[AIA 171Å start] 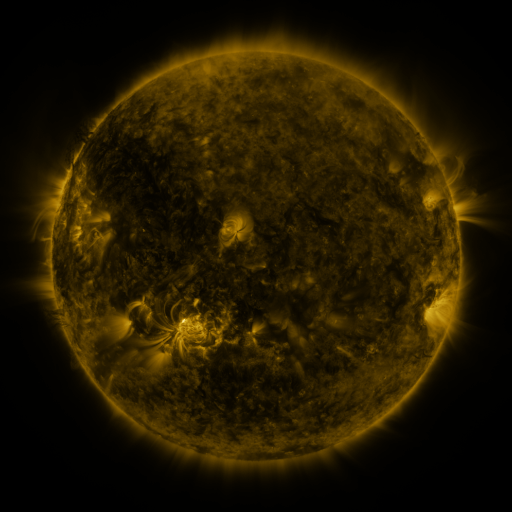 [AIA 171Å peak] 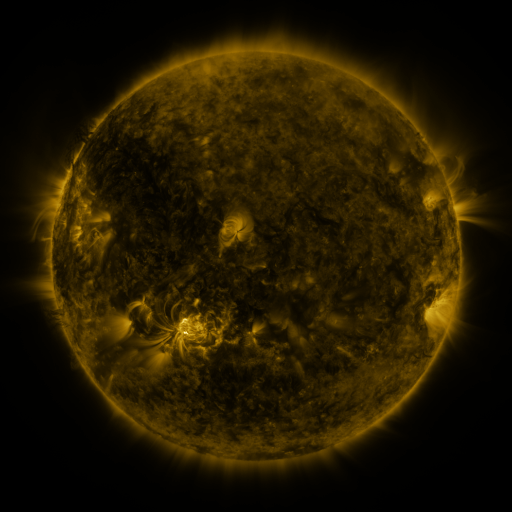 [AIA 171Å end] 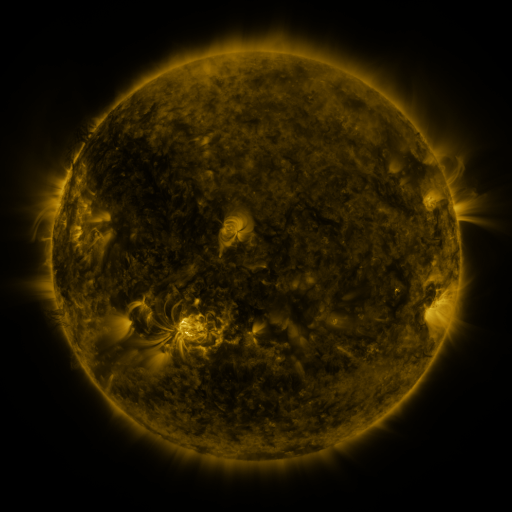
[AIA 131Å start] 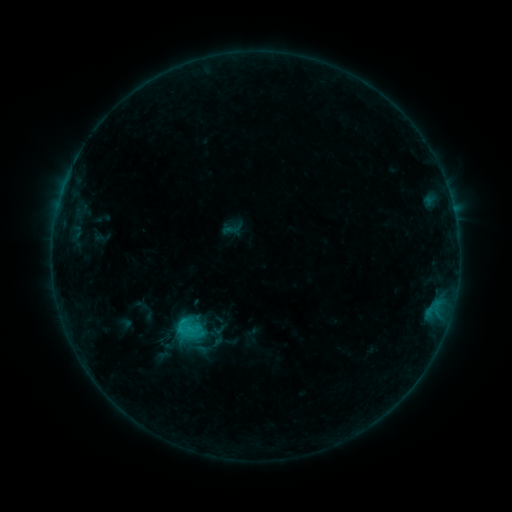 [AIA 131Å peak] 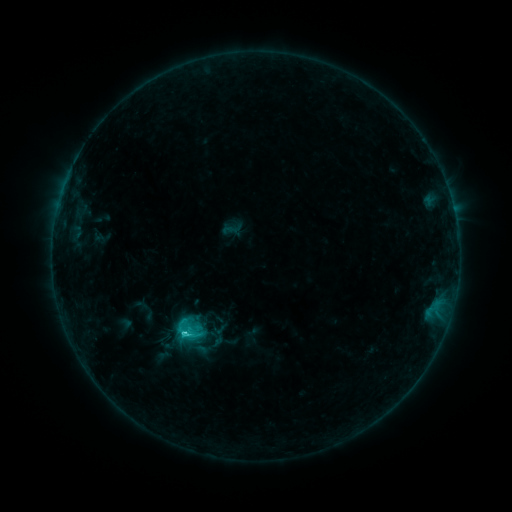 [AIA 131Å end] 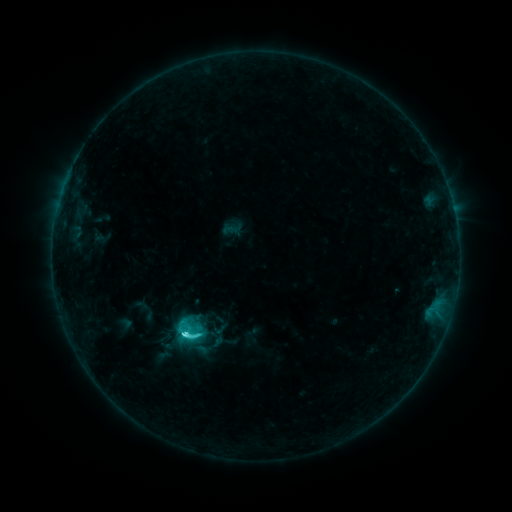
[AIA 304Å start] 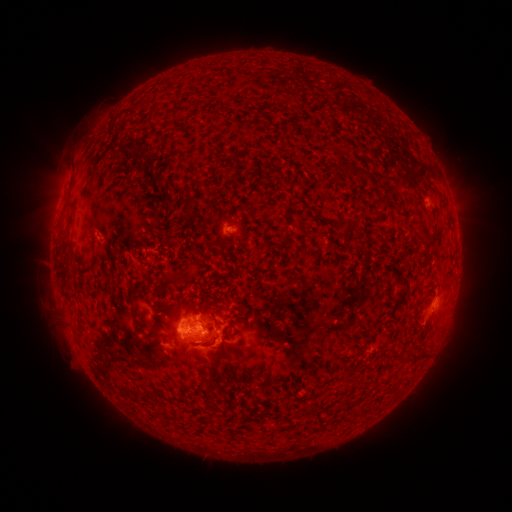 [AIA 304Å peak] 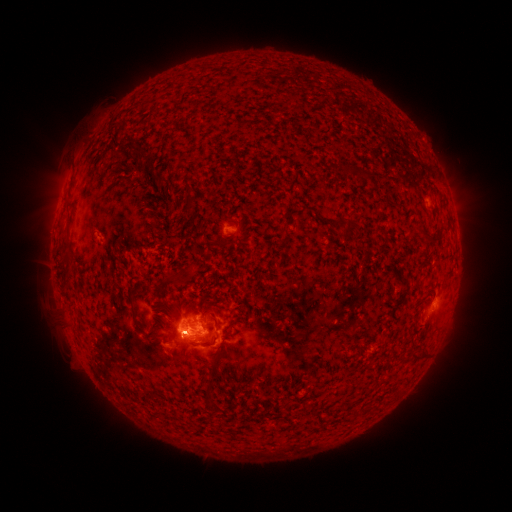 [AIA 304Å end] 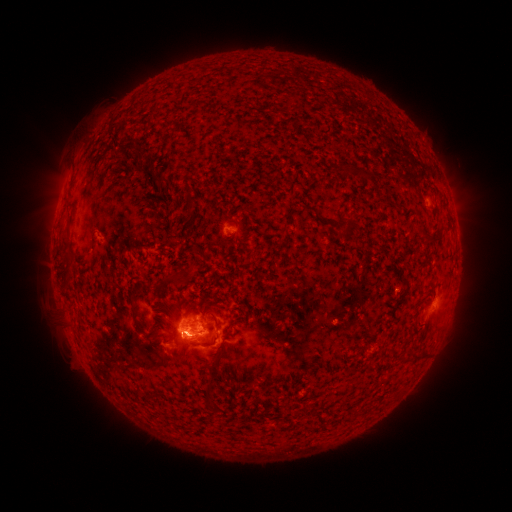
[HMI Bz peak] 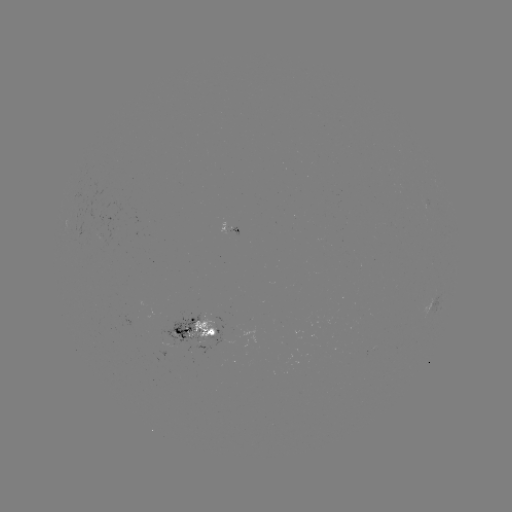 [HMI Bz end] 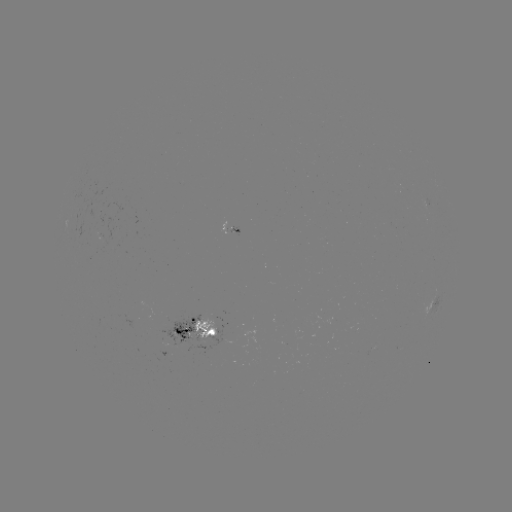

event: flare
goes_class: C6.3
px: (185, 330)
